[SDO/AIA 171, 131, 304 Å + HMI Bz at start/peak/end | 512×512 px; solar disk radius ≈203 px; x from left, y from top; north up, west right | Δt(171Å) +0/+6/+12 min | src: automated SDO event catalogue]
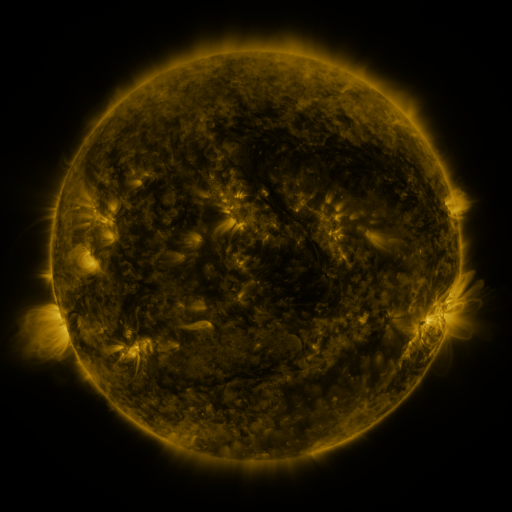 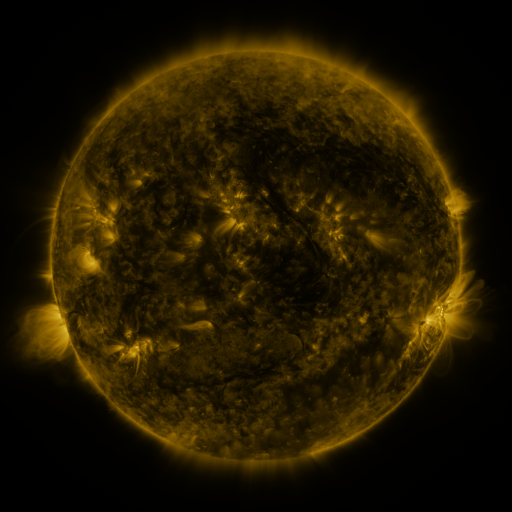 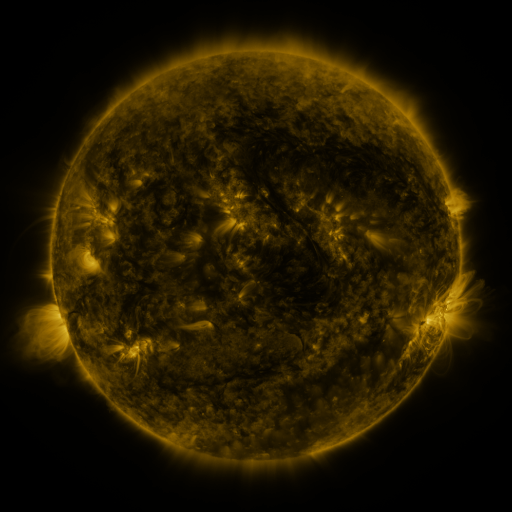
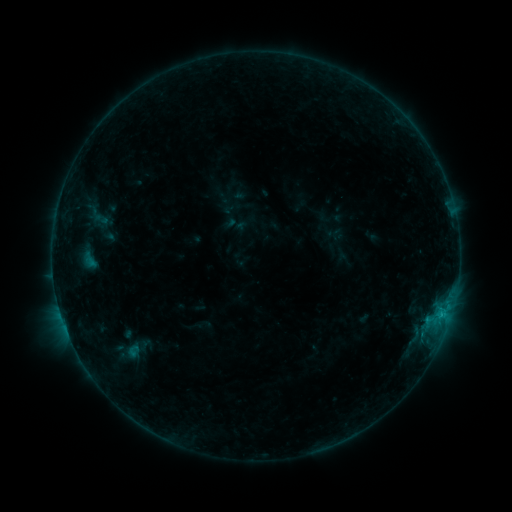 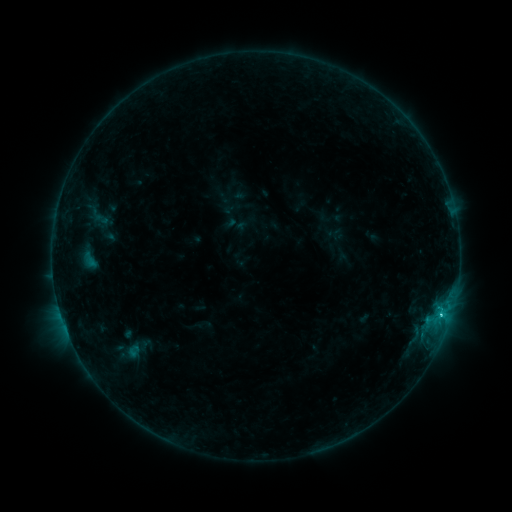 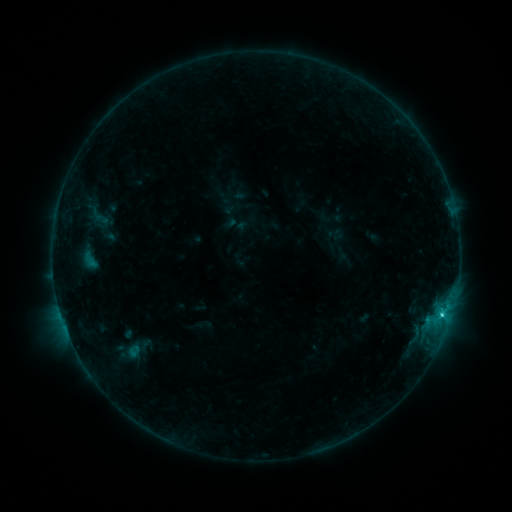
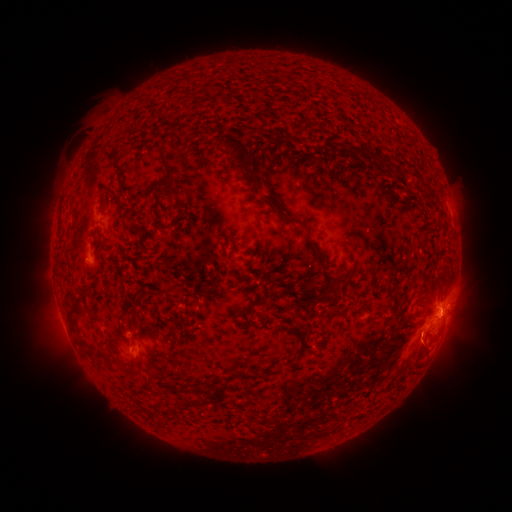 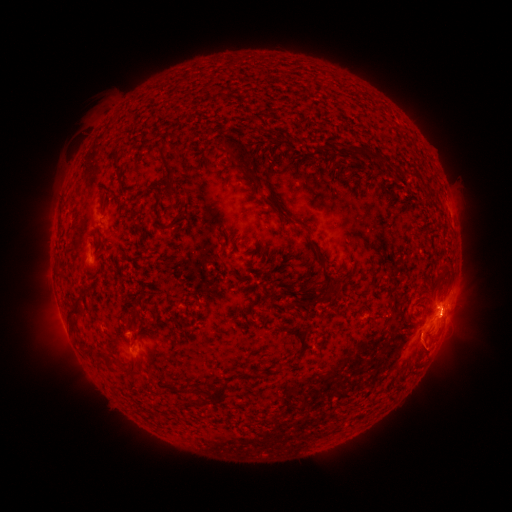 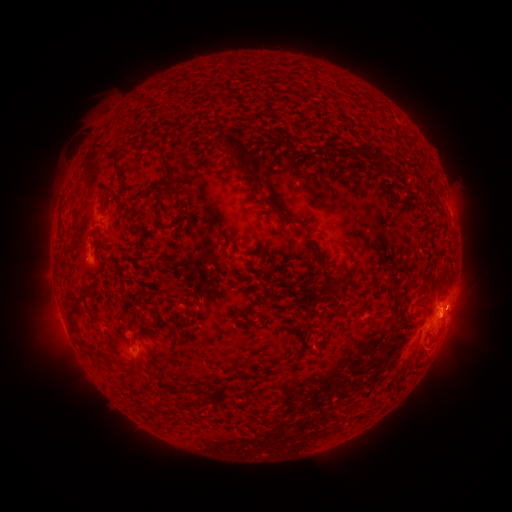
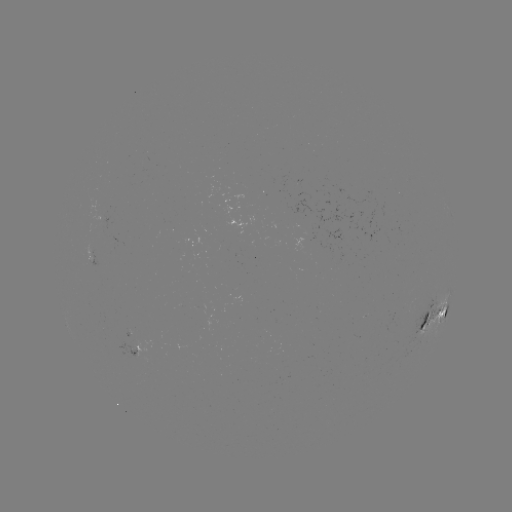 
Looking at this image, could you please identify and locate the C2.0 flare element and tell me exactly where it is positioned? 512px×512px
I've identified C2.0 flare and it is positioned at [441, 313].